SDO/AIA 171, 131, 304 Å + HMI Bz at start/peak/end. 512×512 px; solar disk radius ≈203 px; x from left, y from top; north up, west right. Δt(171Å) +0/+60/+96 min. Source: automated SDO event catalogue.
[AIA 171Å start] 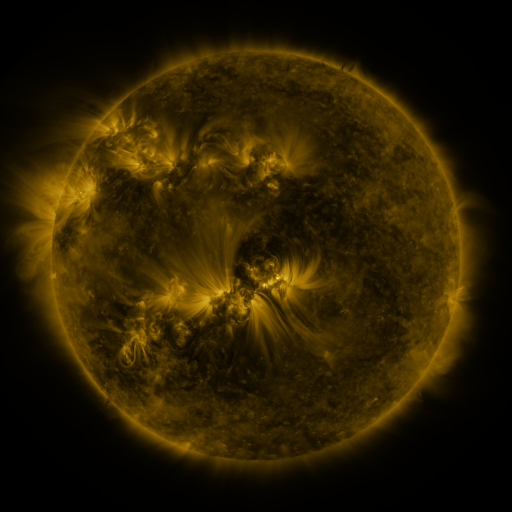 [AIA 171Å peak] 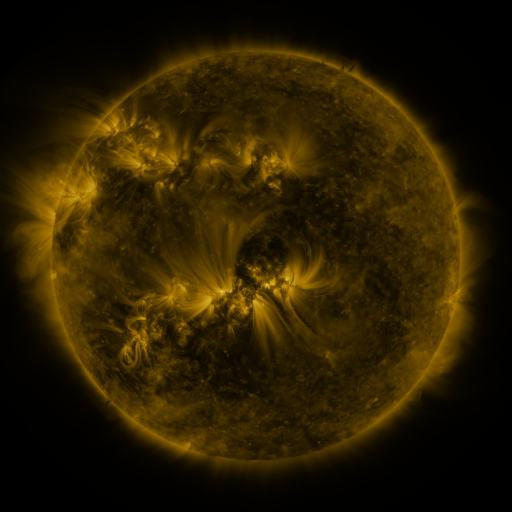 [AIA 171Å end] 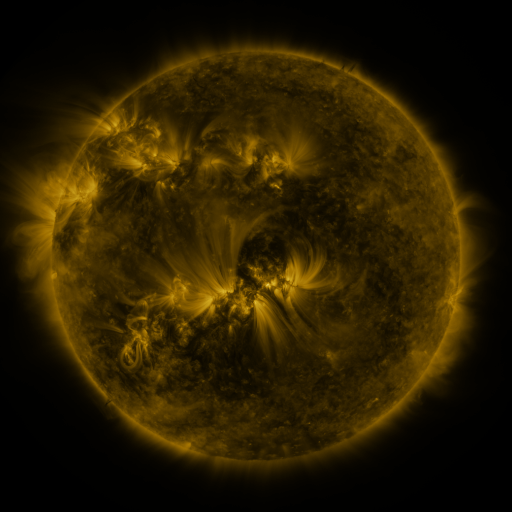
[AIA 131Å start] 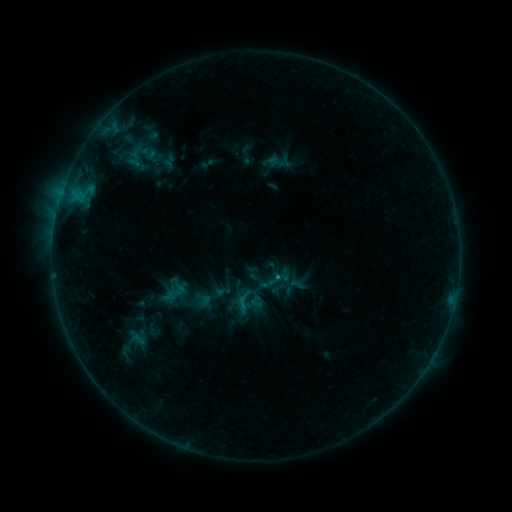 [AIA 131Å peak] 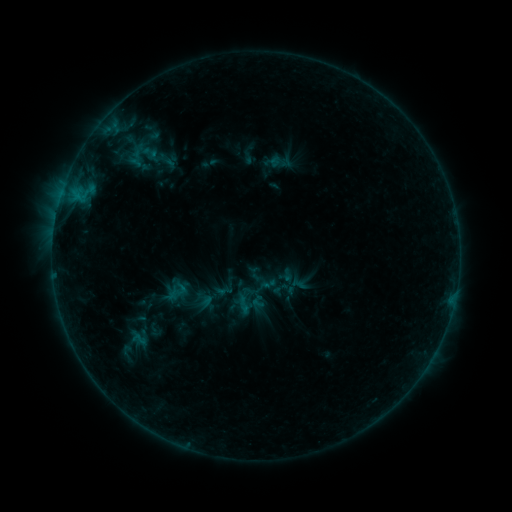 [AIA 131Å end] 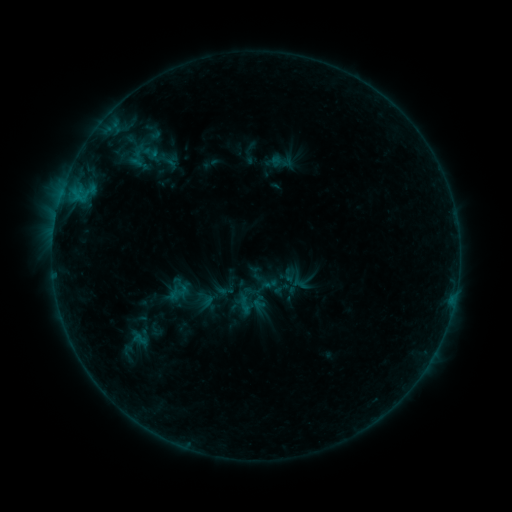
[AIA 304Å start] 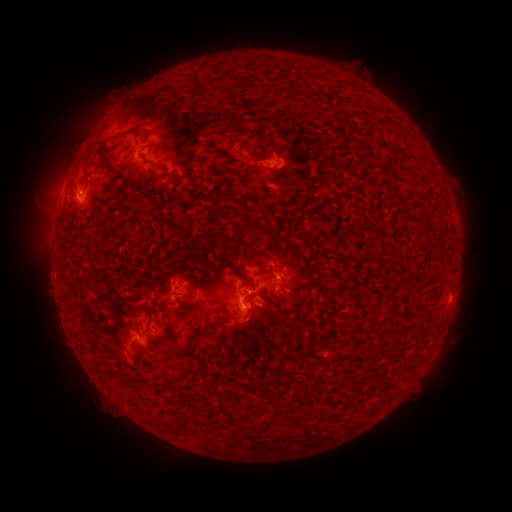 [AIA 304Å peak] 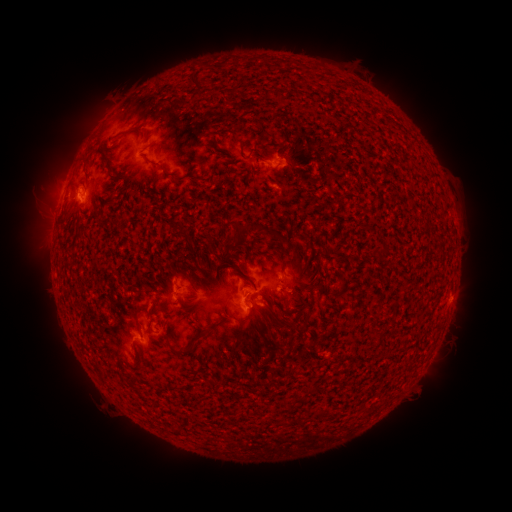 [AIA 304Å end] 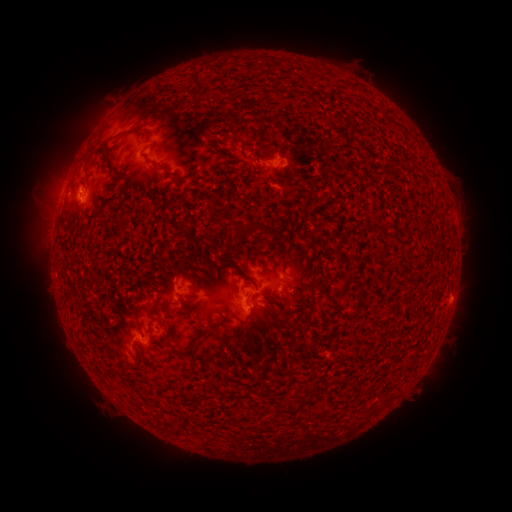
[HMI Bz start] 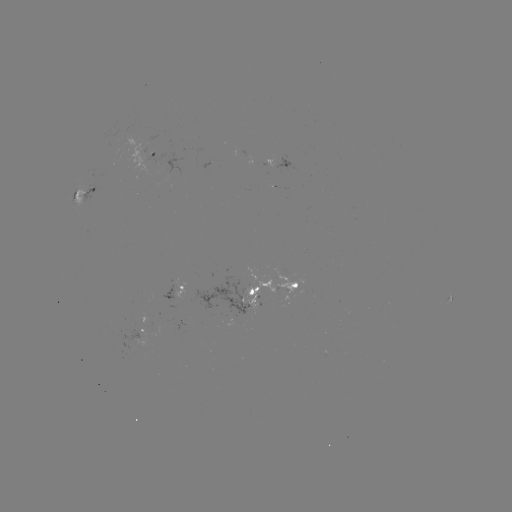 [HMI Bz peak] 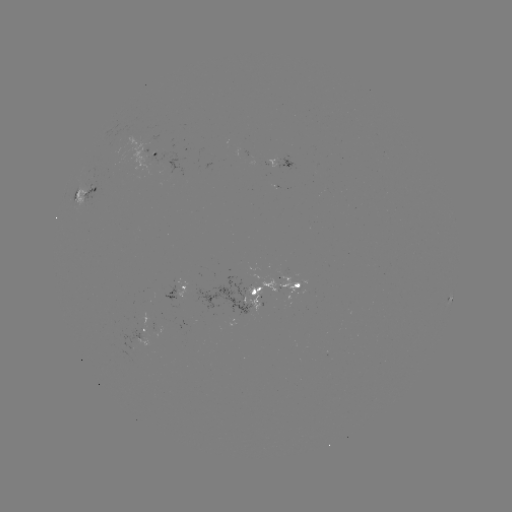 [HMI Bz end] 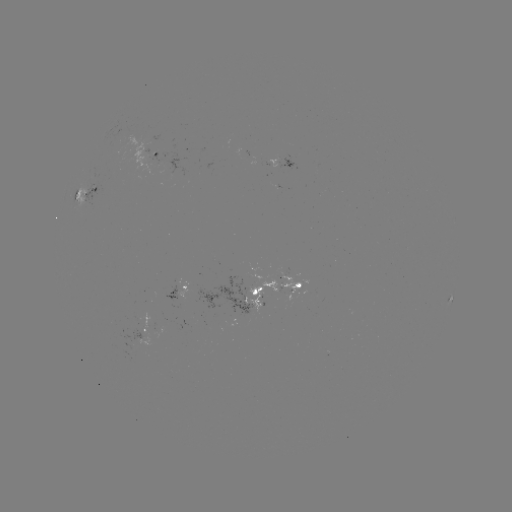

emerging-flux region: (278, 272, 299, 294)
